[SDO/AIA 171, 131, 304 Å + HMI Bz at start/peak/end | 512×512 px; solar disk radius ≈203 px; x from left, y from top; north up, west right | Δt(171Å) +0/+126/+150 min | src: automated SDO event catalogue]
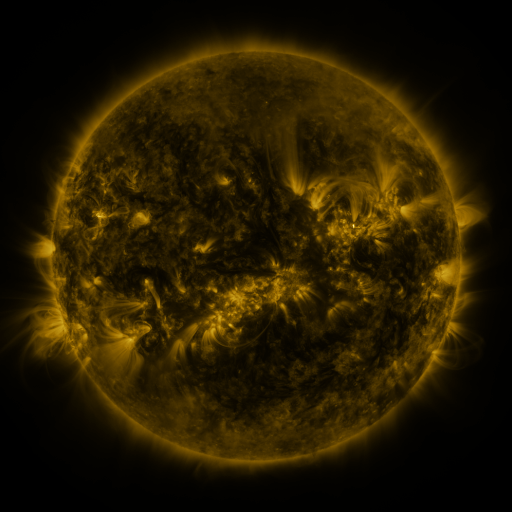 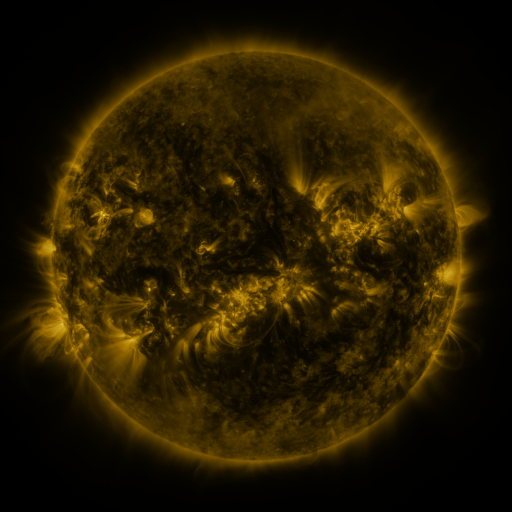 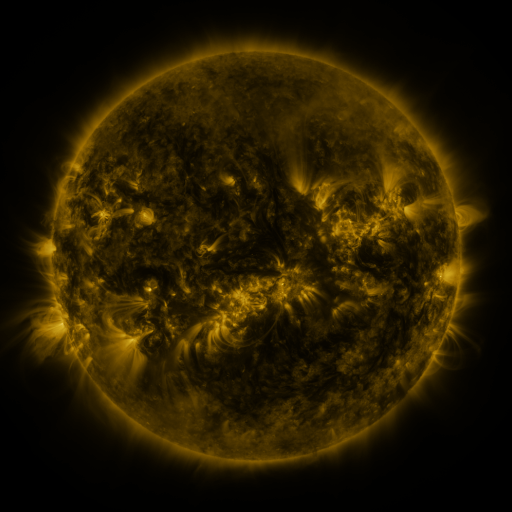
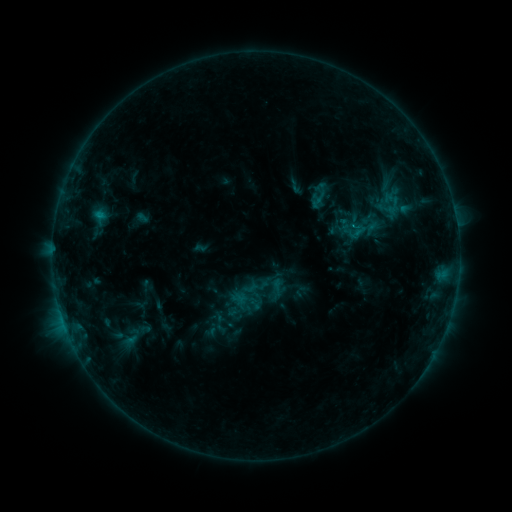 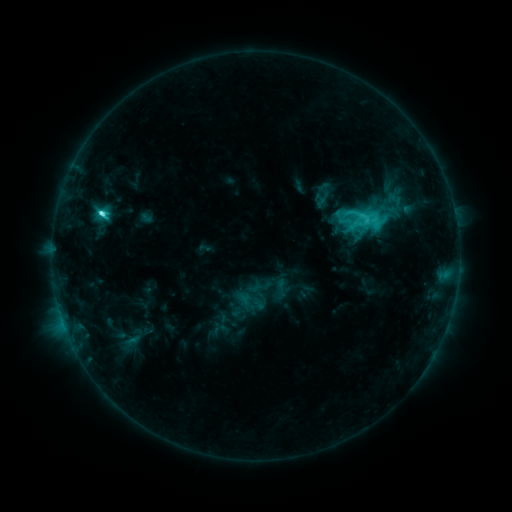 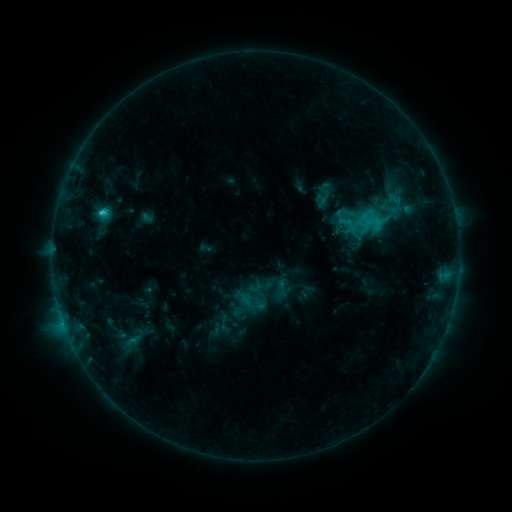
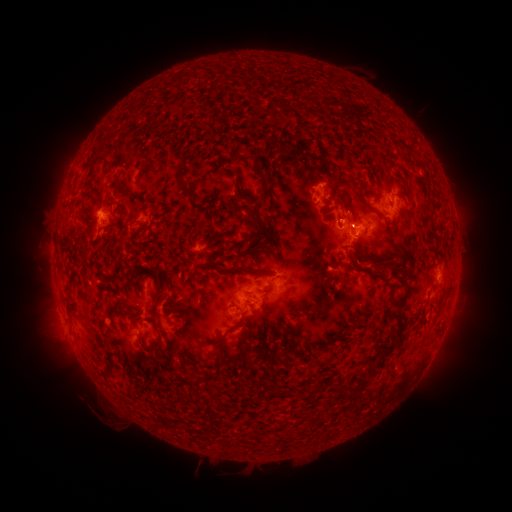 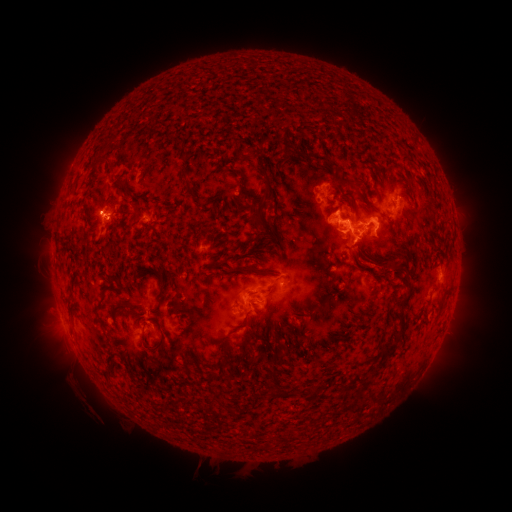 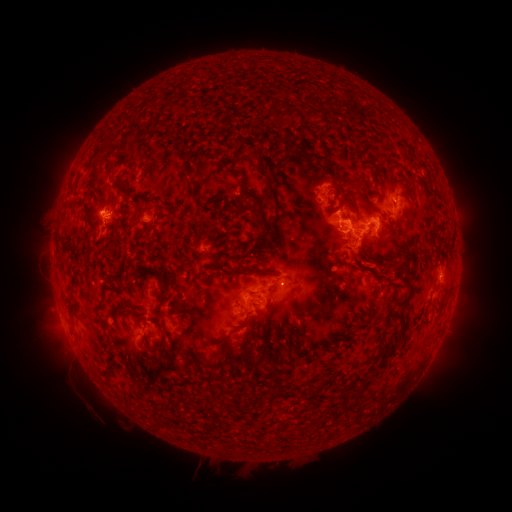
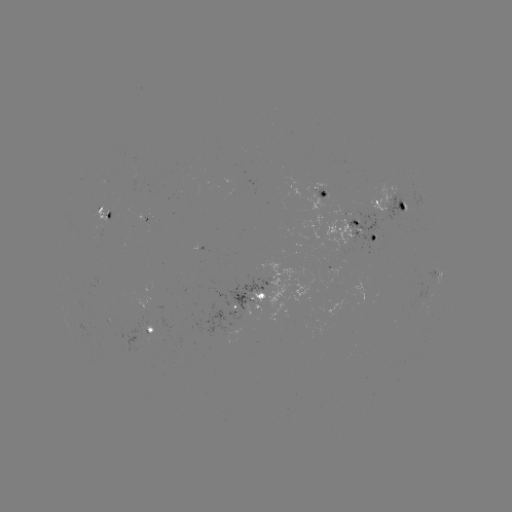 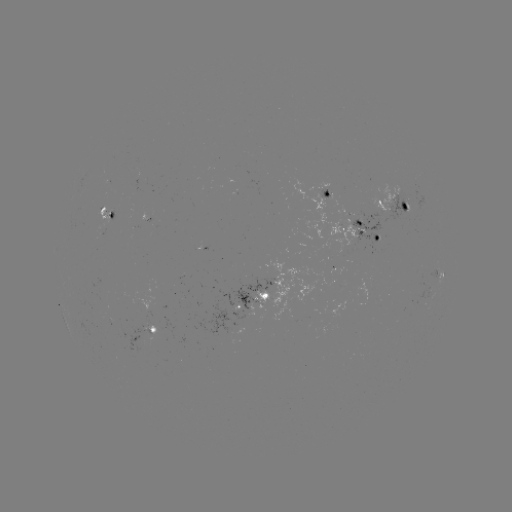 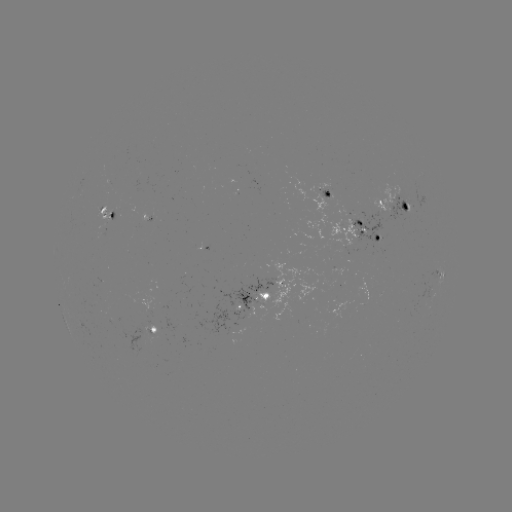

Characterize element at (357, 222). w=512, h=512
C8.3 flare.